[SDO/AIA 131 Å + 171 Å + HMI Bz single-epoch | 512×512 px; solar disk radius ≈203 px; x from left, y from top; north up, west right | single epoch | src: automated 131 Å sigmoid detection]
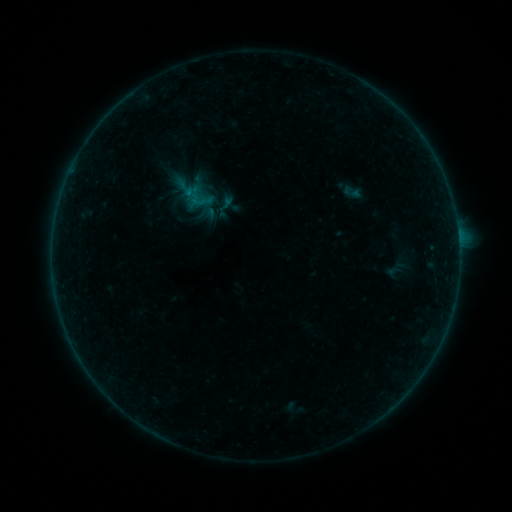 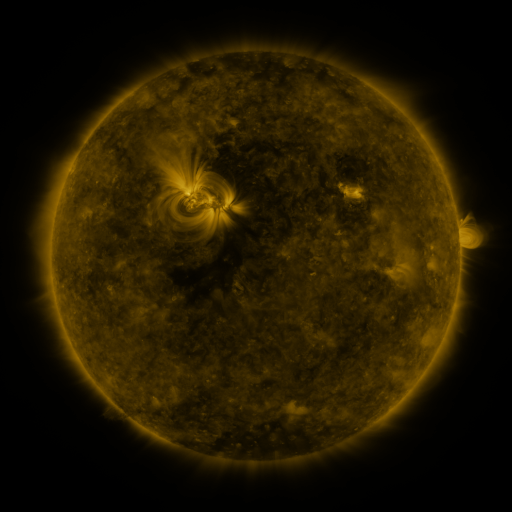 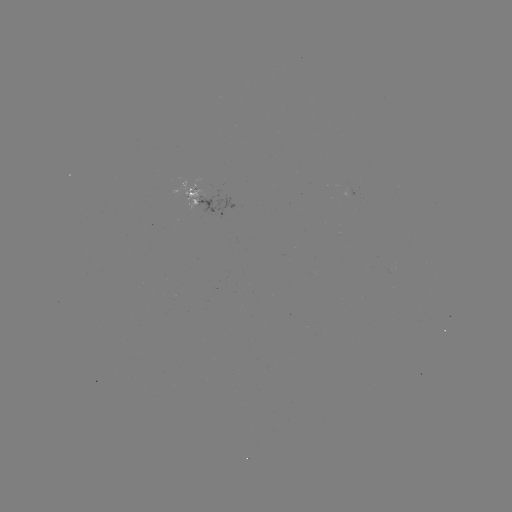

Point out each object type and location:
sigmoid: (225, 206)
